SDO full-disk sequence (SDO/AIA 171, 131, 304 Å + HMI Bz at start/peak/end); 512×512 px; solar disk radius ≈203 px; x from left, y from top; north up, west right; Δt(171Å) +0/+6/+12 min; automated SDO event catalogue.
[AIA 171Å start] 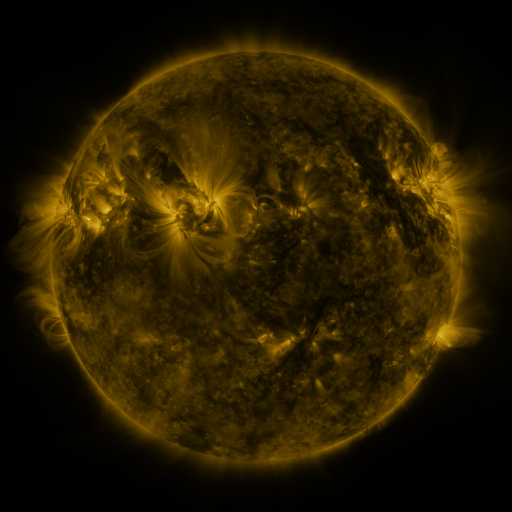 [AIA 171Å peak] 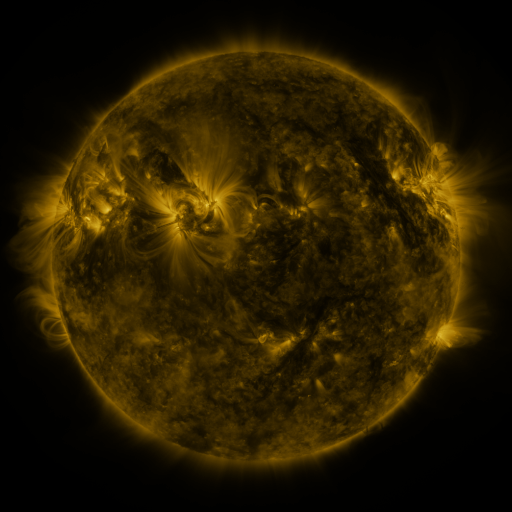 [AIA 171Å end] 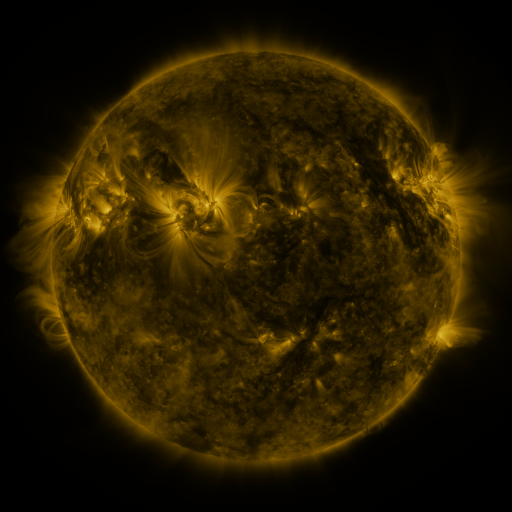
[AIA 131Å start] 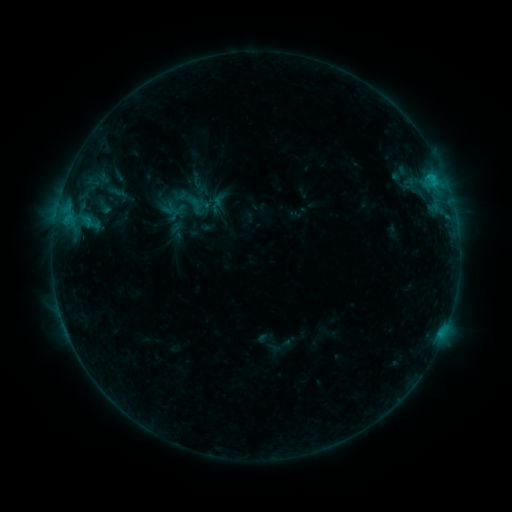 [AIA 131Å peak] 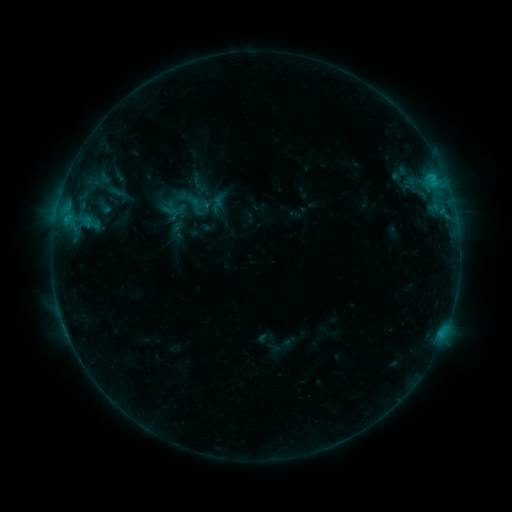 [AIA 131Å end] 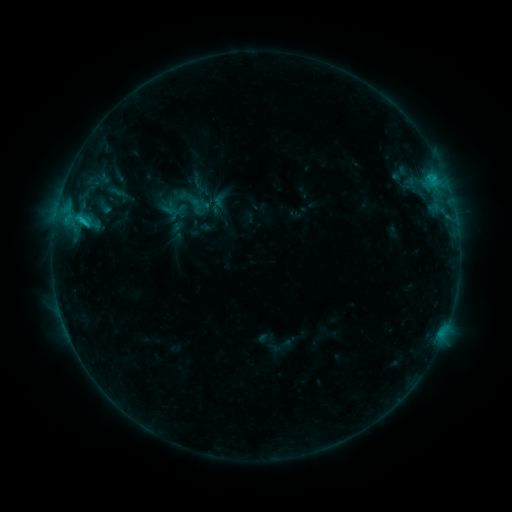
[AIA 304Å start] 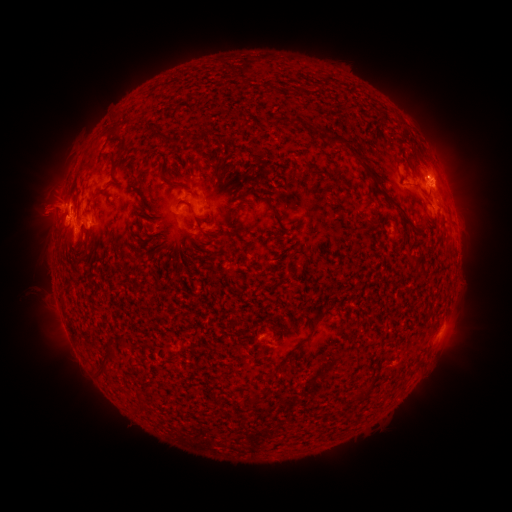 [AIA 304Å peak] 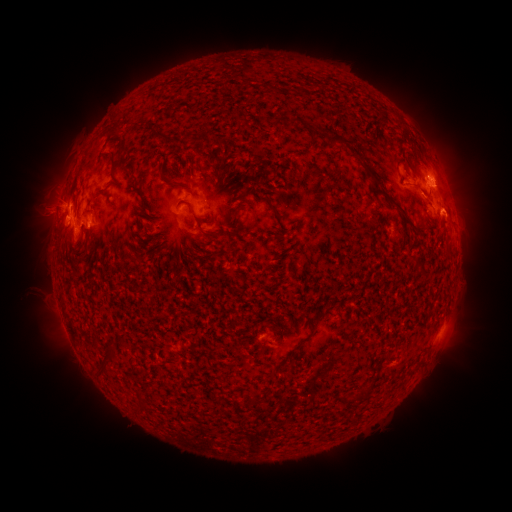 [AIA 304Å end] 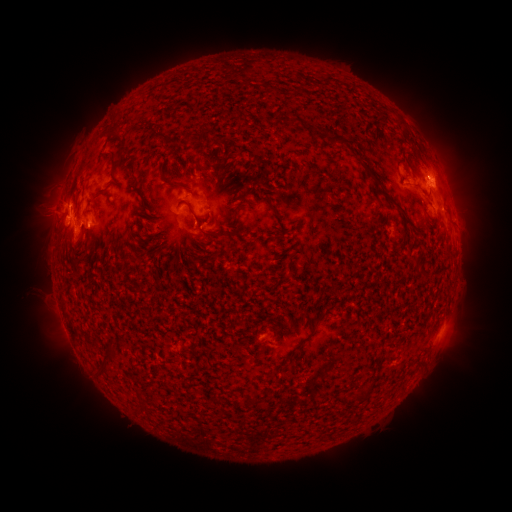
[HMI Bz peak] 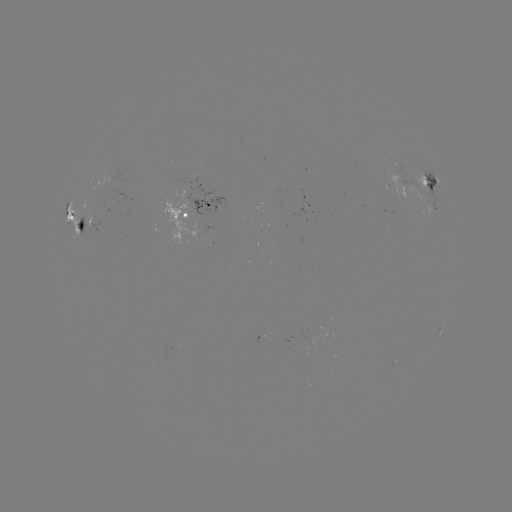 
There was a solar eruption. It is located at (460, 208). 